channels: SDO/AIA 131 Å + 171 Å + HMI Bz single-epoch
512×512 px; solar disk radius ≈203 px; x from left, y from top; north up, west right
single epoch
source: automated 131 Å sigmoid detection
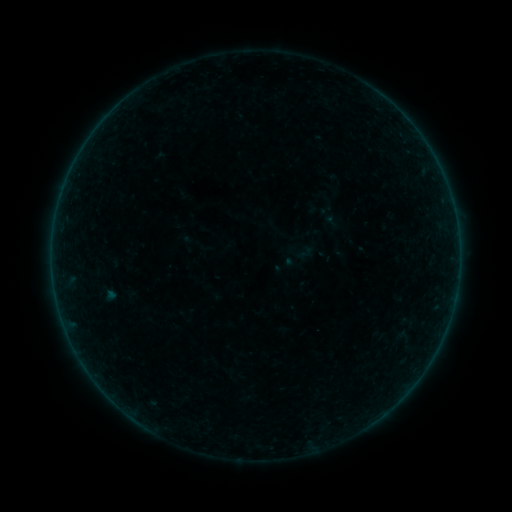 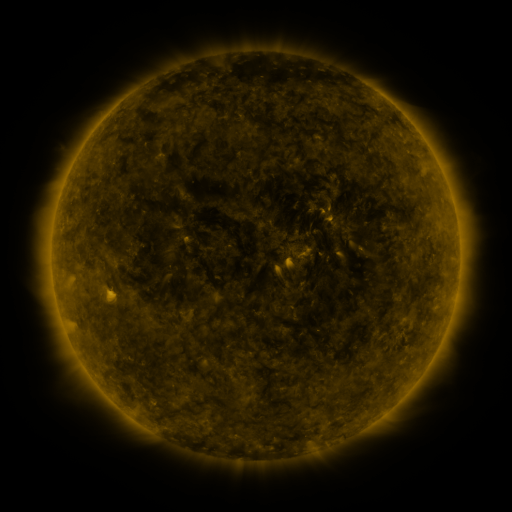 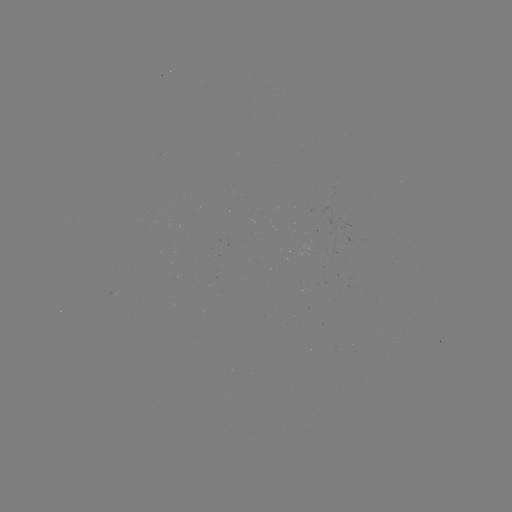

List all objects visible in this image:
sigmoid: [296, 243, 316, 262]
